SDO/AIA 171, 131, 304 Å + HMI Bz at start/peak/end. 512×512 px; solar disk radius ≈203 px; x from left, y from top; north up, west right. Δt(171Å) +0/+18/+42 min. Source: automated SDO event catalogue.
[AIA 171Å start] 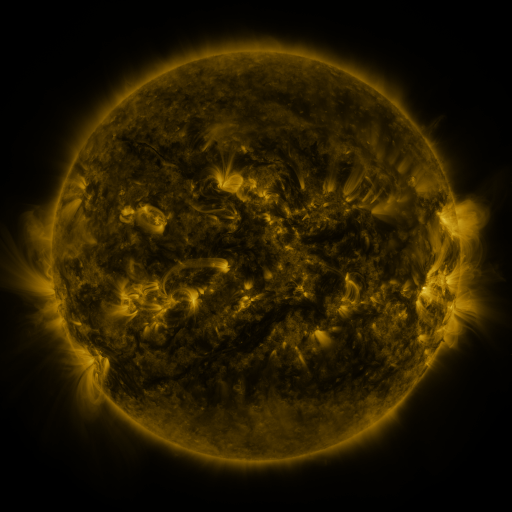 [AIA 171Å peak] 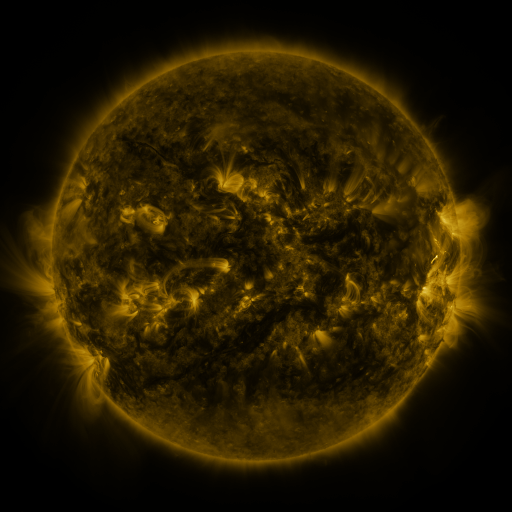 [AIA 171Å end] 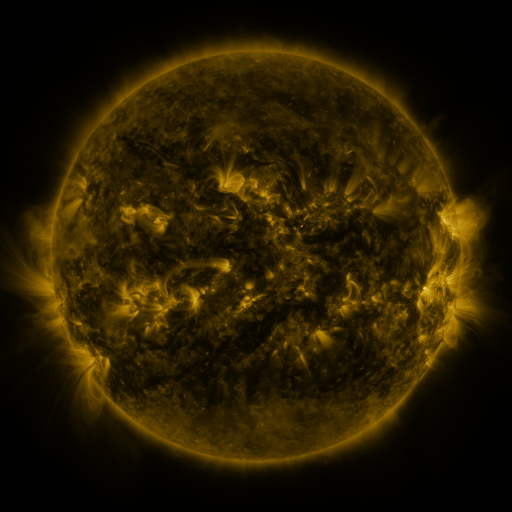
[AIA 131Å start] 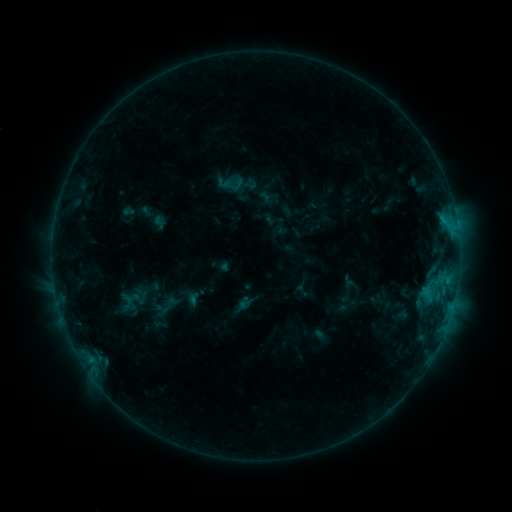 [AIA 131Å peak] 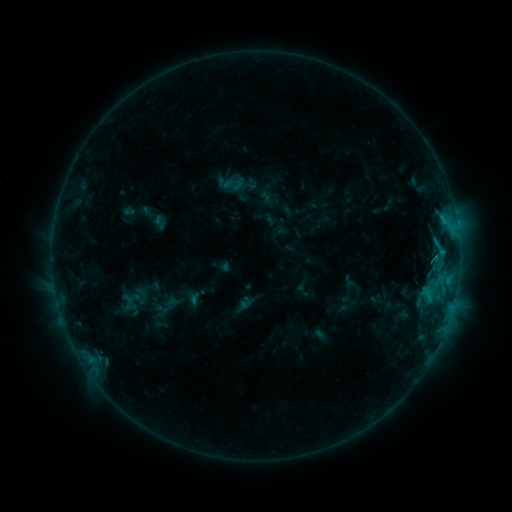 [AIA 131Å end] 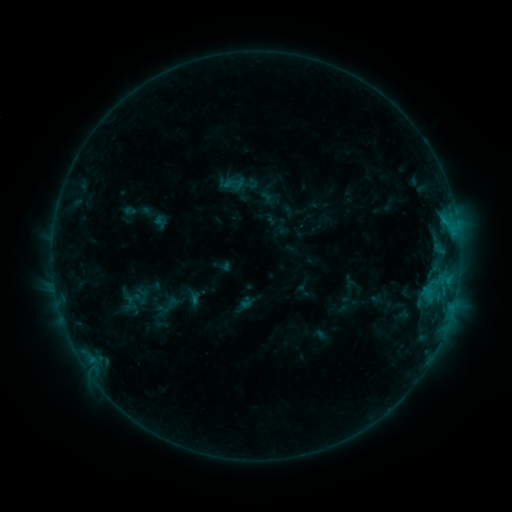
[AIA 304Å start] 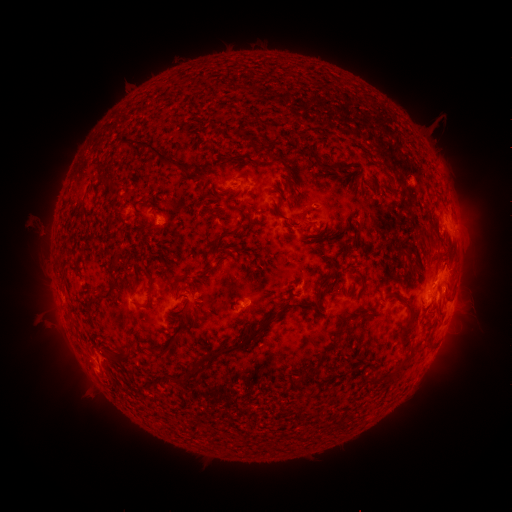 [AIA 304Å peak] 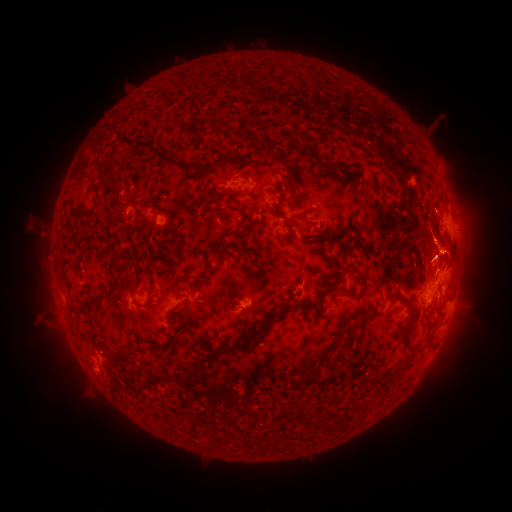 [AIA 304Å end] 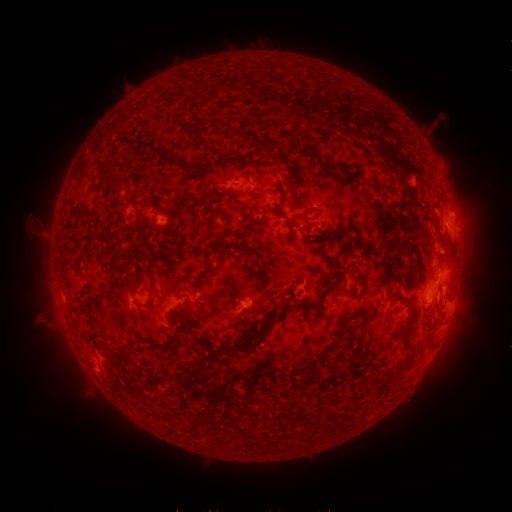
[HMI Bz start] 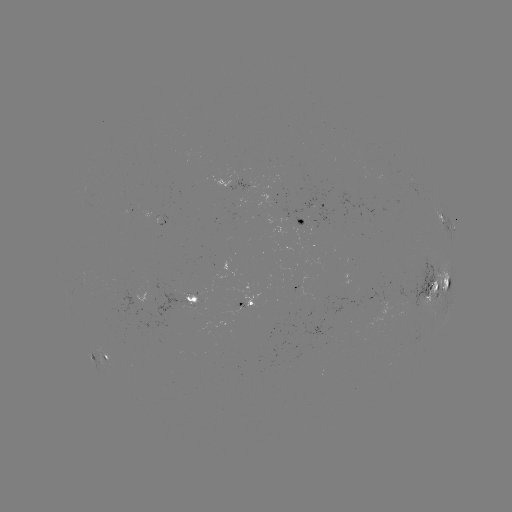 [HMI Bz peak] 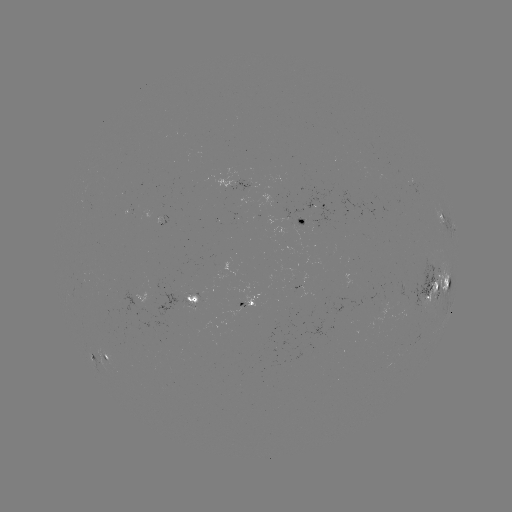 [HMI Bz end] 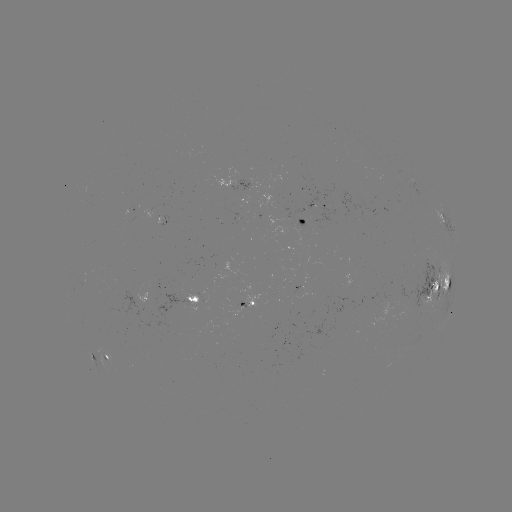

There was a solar flare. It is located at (434, 255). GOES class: C1.1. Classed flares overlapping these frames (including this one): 1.